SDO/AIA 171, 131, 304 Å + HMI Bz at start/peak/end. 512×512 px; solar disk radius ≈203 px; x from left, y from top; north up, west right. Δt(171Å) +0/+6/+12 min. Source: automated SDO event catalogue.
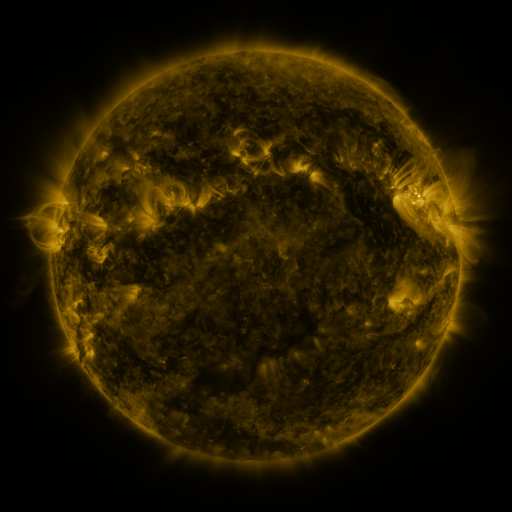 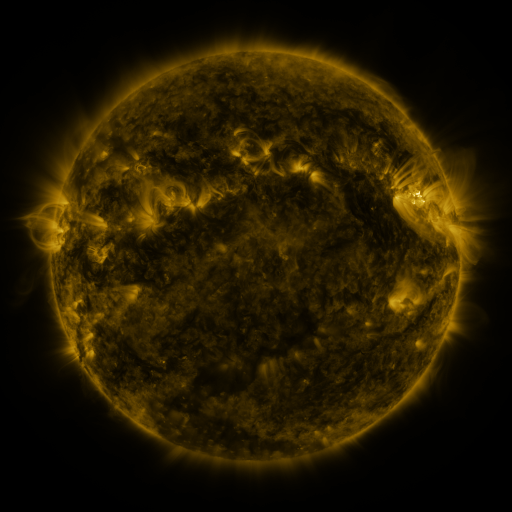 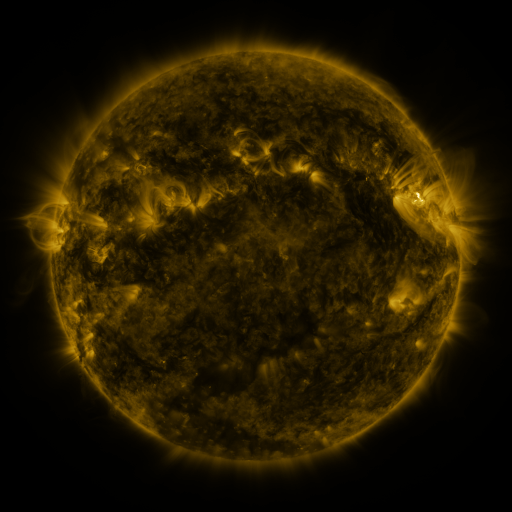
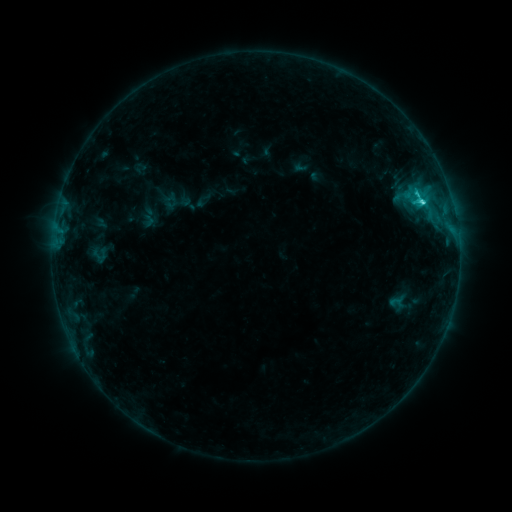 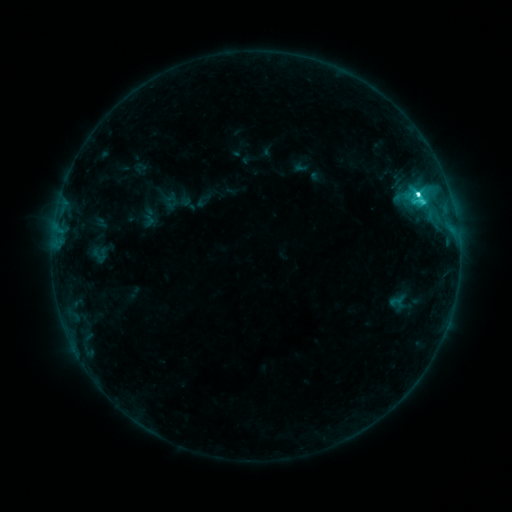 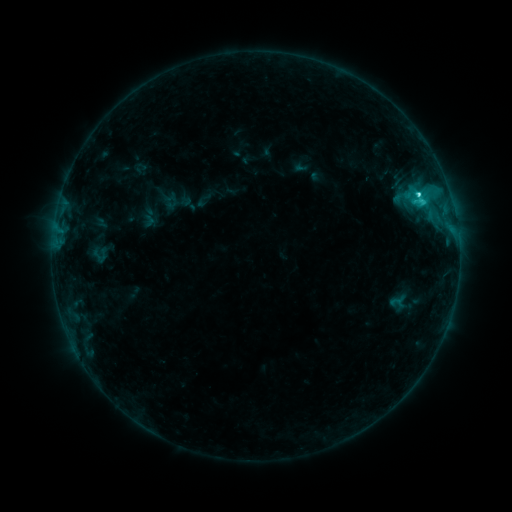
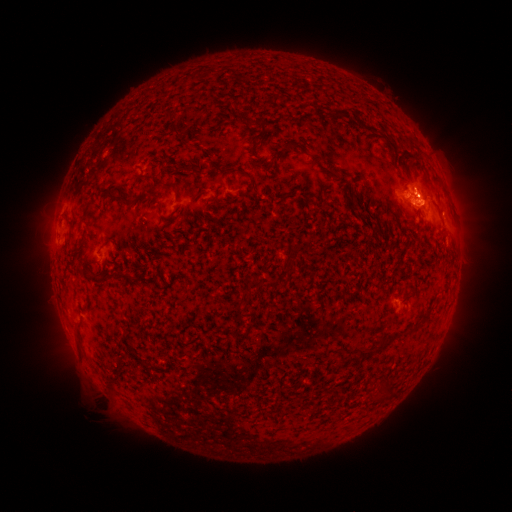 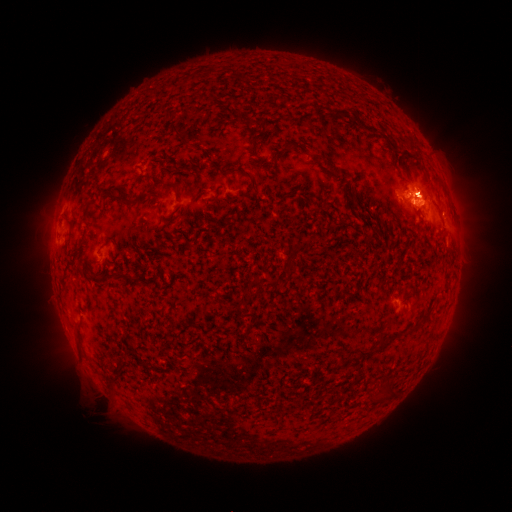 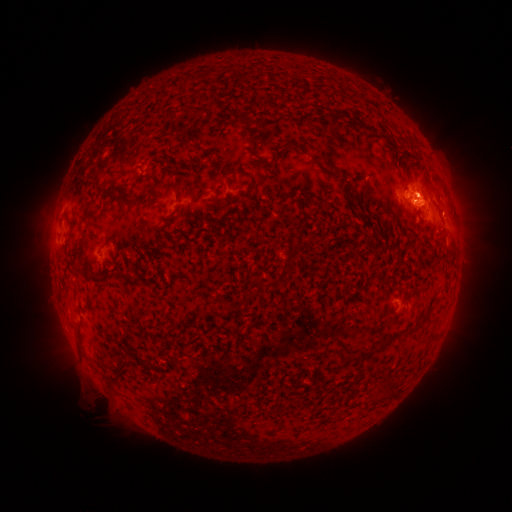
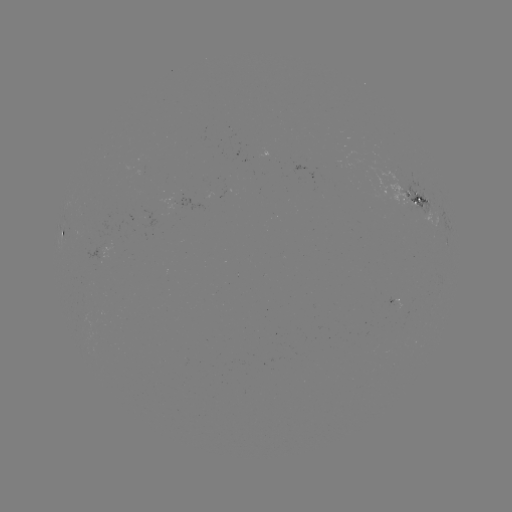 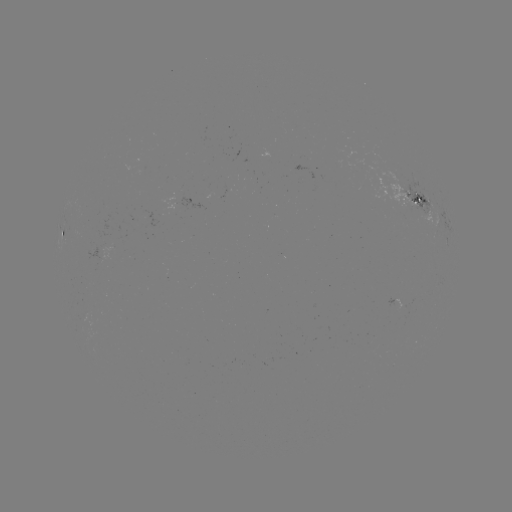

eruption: (405, 162, 451, 209)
